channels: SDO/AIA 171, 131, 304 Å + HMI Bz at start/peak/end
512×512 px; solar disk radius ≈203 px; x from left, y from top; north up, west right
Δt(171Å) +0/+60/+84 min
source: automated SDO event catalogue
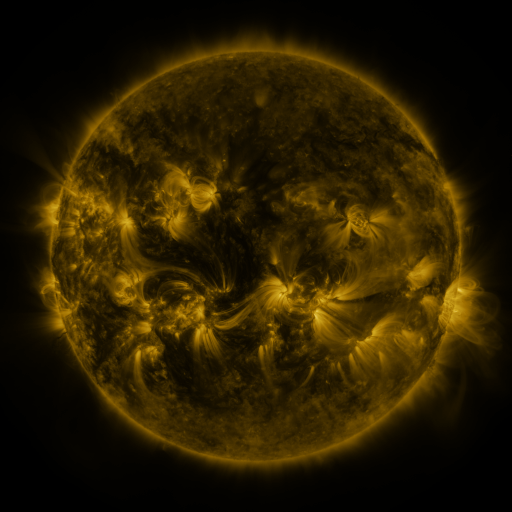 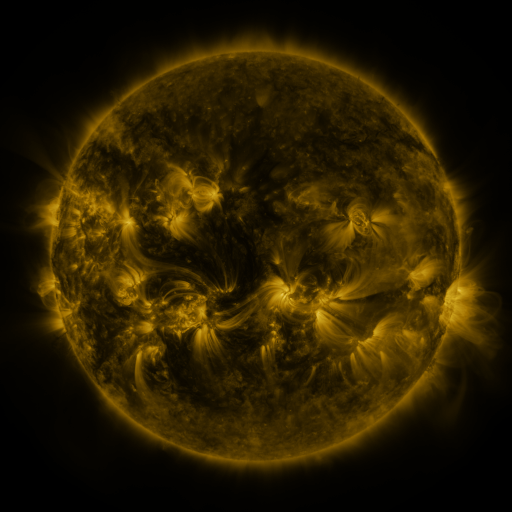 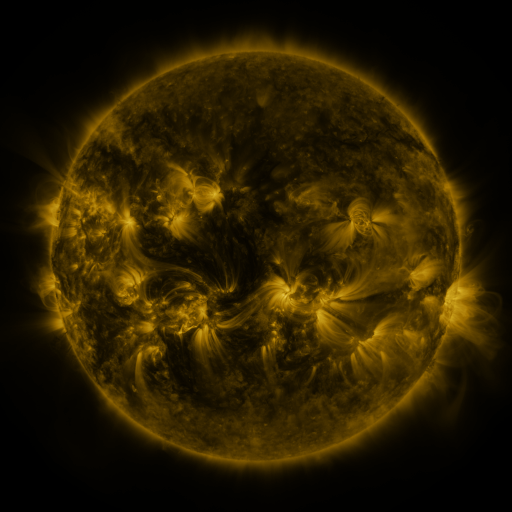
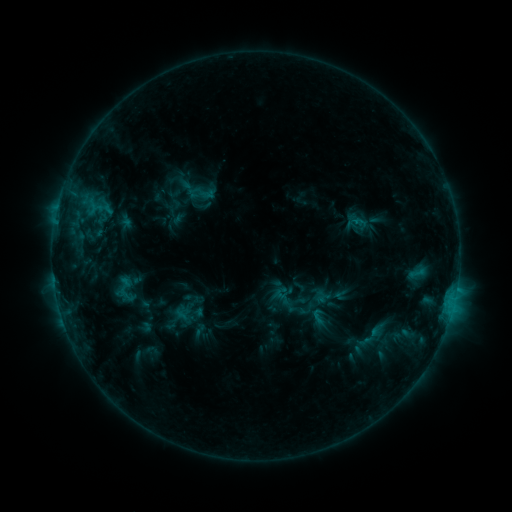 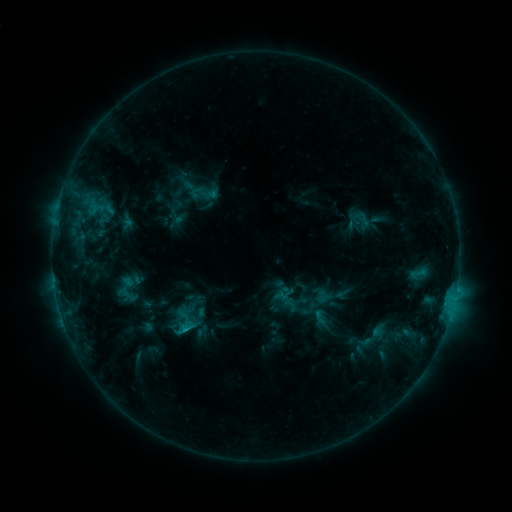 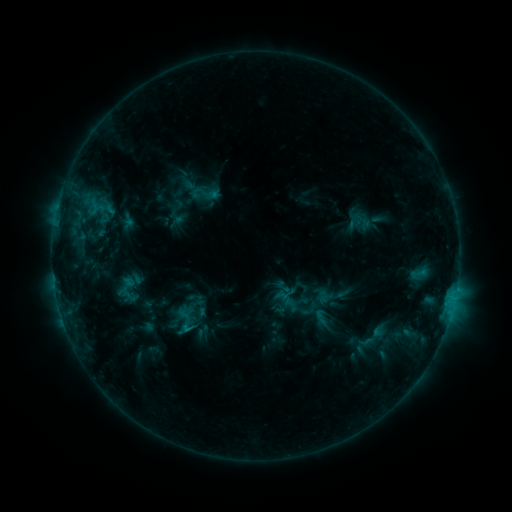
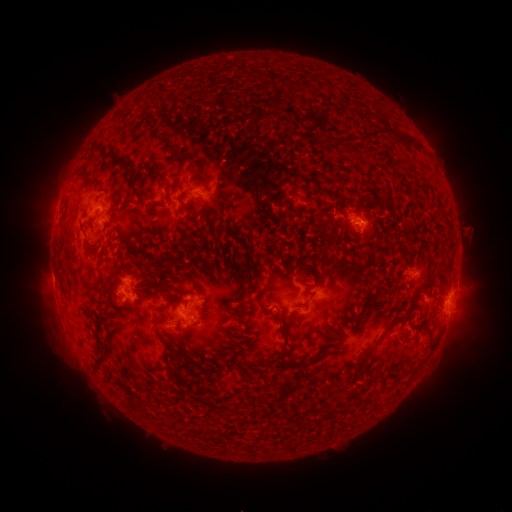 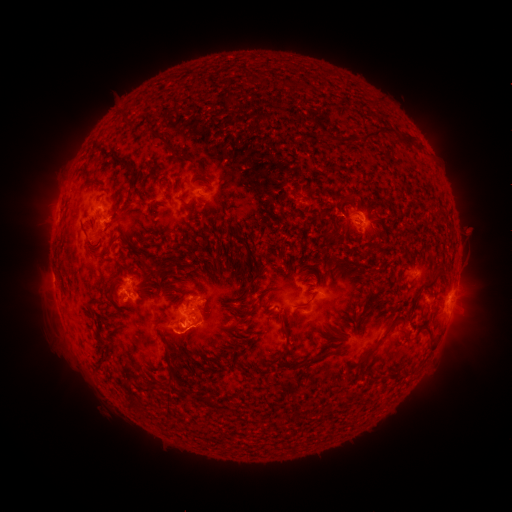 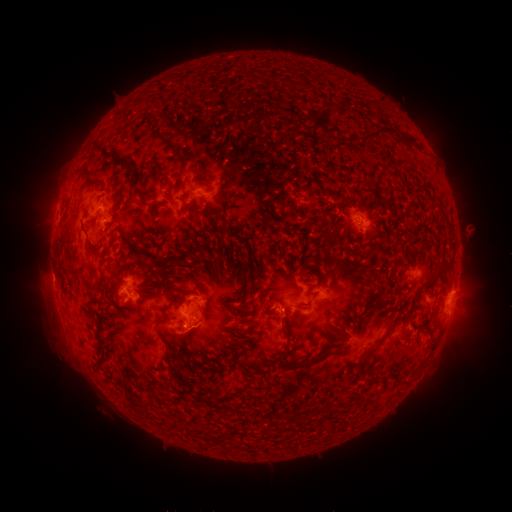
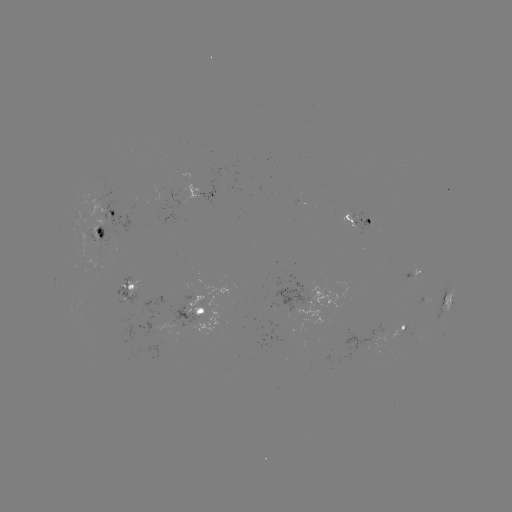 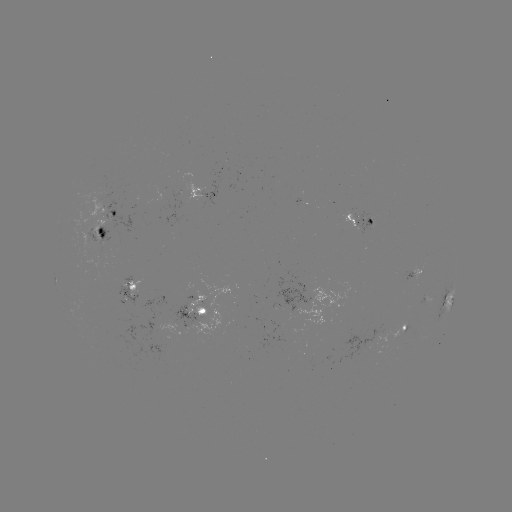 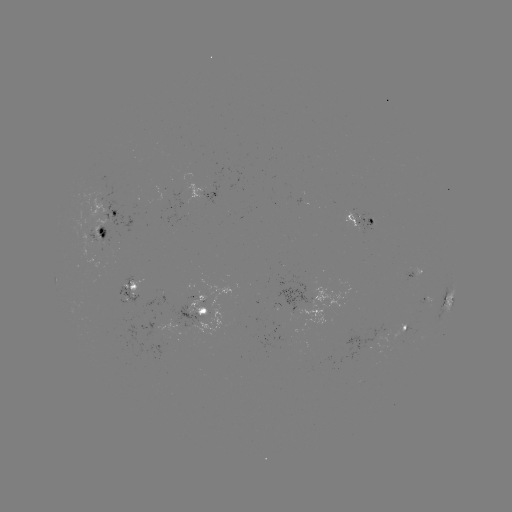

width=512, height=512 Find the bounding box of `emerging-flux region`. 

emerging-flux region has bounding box [80, 185, 107, 238].